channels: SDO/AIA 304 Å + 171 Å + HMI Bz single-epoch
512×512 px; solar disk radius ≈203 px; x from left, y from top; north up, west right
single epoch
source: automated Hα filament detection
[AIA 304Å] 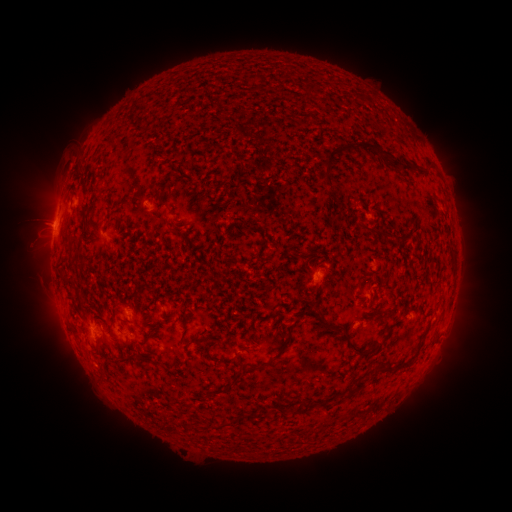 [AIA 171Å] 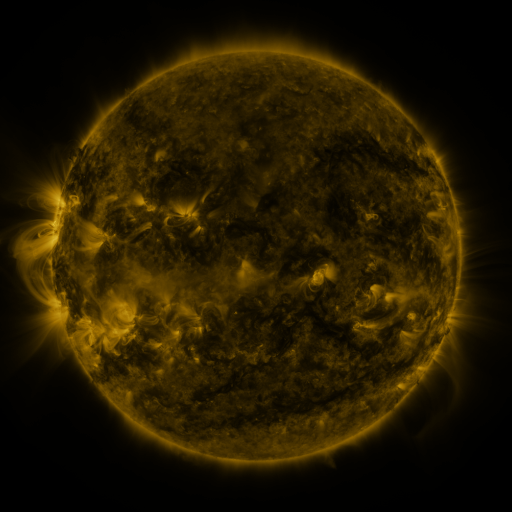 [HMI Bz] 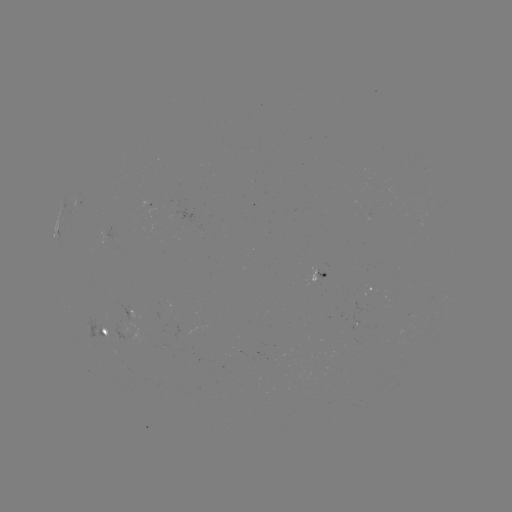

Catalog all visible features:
filament: <bbox>302, 83, 315, 96</bbox>
filament: <bbox>318, 139, 411, 187</bbox>
filament: <bbox>73, 173, 82, 182</bbox>
filament: <bbox>149, 189, 162, 205</bbox>
filament: <bbox>357, 220, 386, 236</bbox>
filament: <bbox>248, 227, 261, 233</bbox>
filament: <bbox>169, 229, 179, 236</bbox>
filament: <bbox>102, 242, 112, 254</bbox>
filament: <bbox>65, 279, 73, 287</bbox>
filament: <bbox>78, 296, 86, 306</bbox>
filament: <bbox>314, 309, 333, 328</bbox>
filament: <bbox>249, 320, 297, 371</bbox>
filament: <bbox>419, 324, 430, 338</bbox>
filament: <bbox>353, 333, 388, 355</bbox>
filament: <bbox>189, 336, 201, 348</bbox>
filament: <bbox>206, 345, 221, 364</bbox>
filament: <bbox>95, 349, 104, 359</bbox>
filament: <bbox>118, 356, 135, 367</bbox>
filament: <bbox>381, 358, 412, 371</bbox>
filament: <bbox>227, 371, 245, 390</bbox>
filament: <bbox>347, 373, 371, 394</bbox>
